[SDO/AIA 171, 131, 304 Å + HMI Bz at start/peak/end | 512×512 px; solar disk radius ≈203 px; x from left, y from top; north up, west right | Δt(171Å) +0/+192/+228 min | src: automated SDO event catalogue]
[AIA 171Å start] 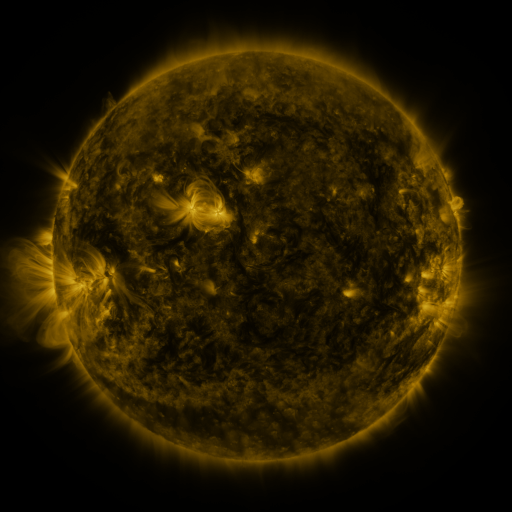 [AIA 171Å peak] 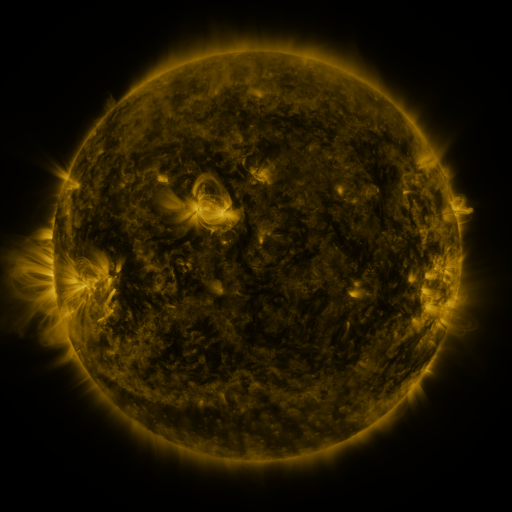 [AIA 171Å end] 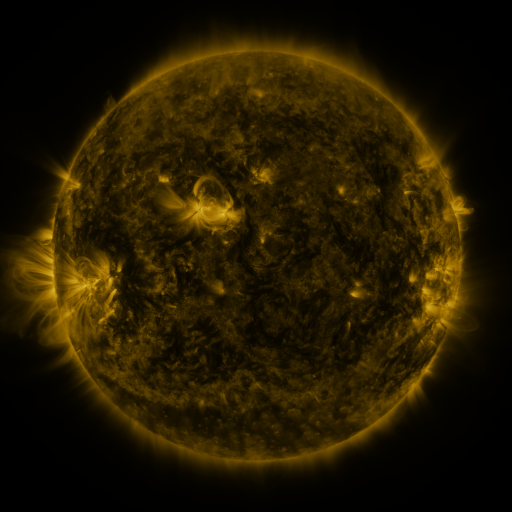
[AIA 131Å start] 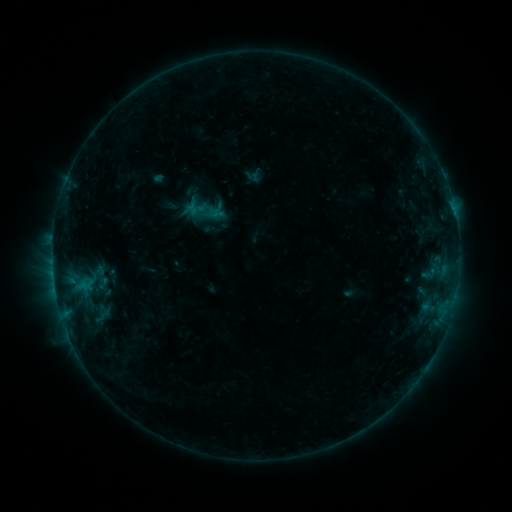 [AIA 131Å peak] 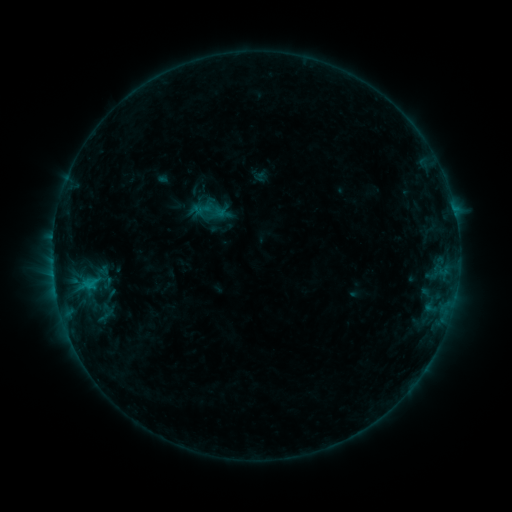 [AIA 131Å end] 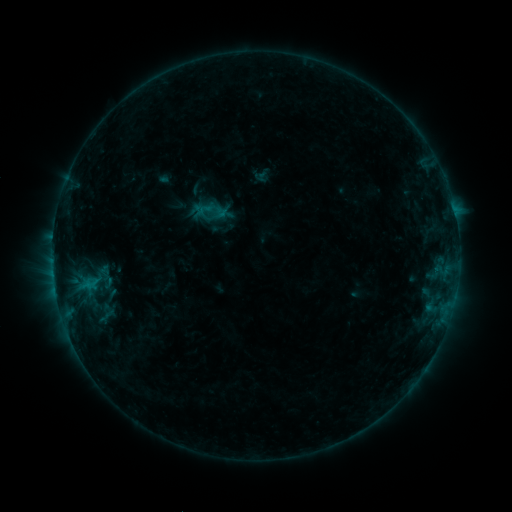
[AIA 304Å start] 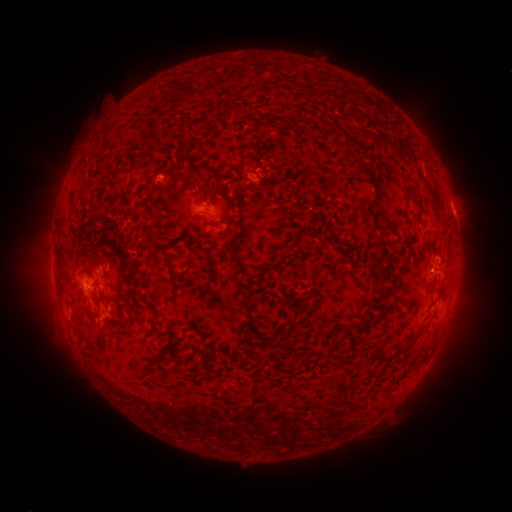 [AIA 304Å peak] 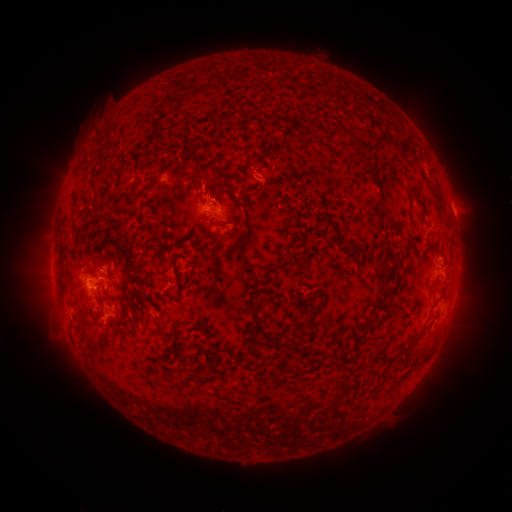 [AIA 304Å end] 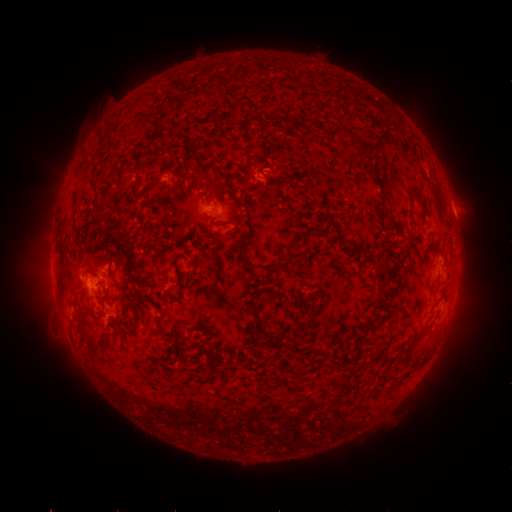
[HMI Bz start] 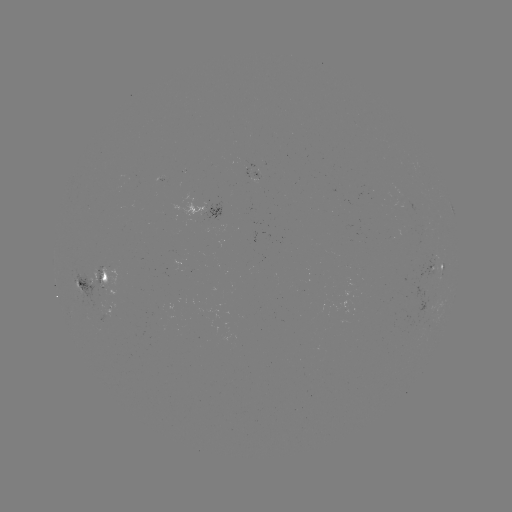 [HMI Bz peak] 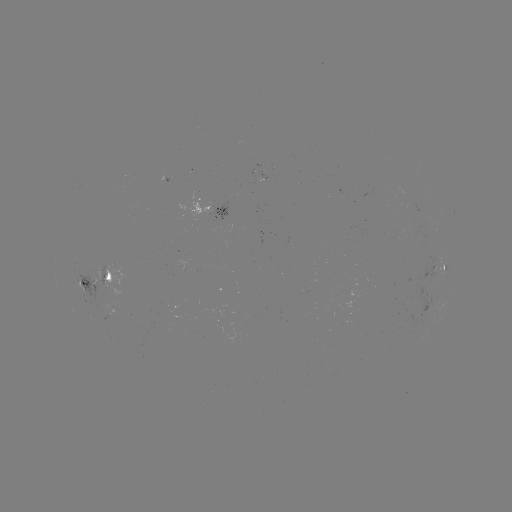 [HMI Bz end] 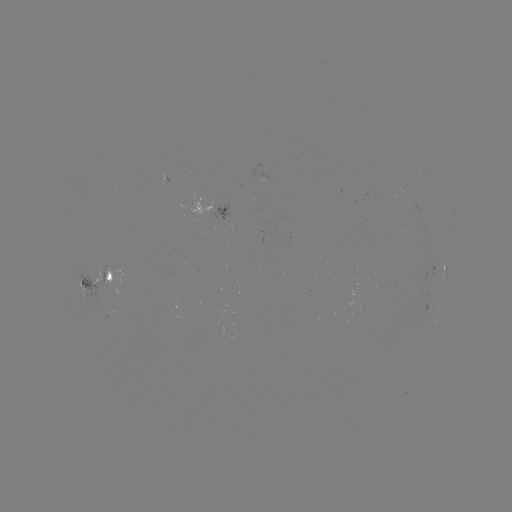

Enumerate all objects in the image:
emerging-flux region: (100, 297)
